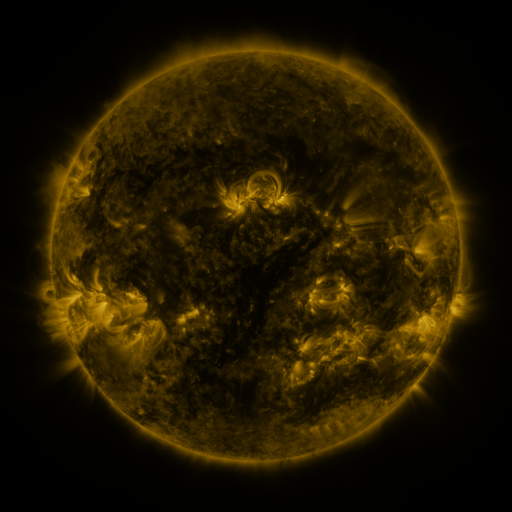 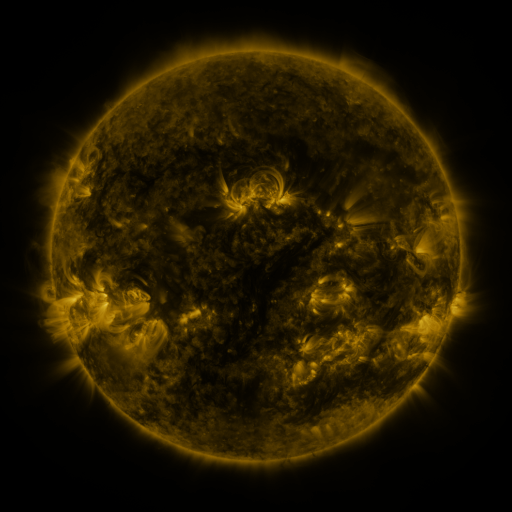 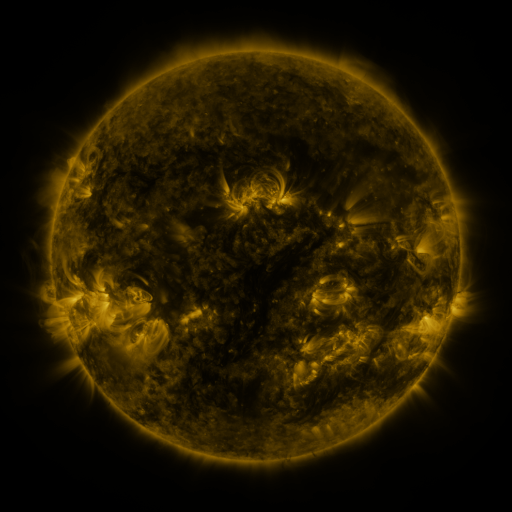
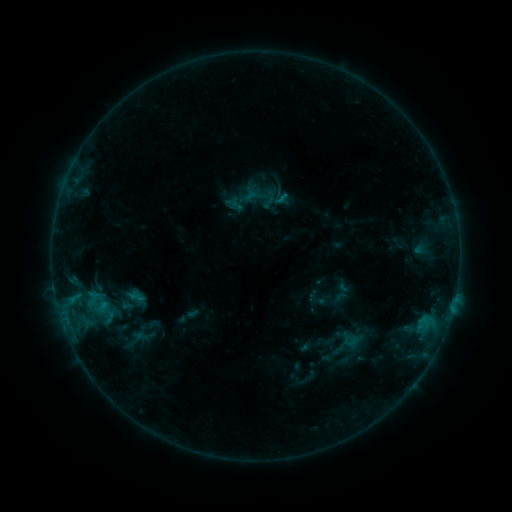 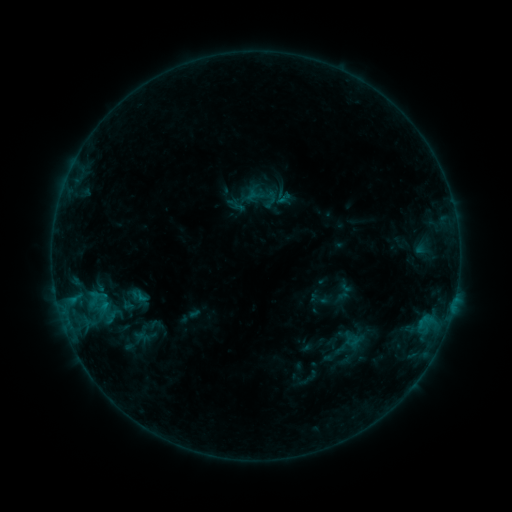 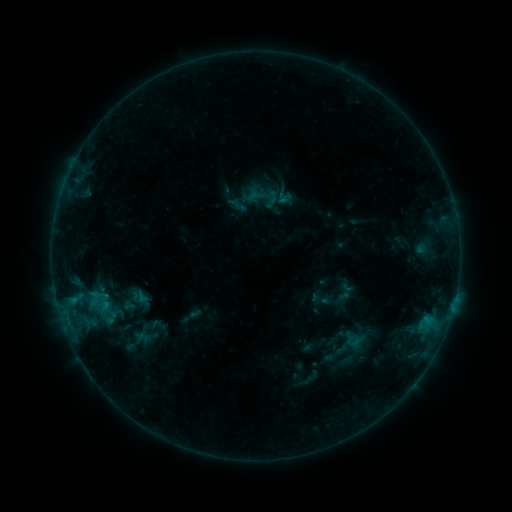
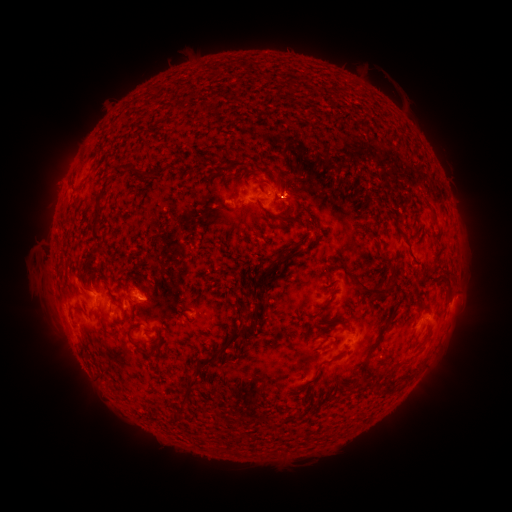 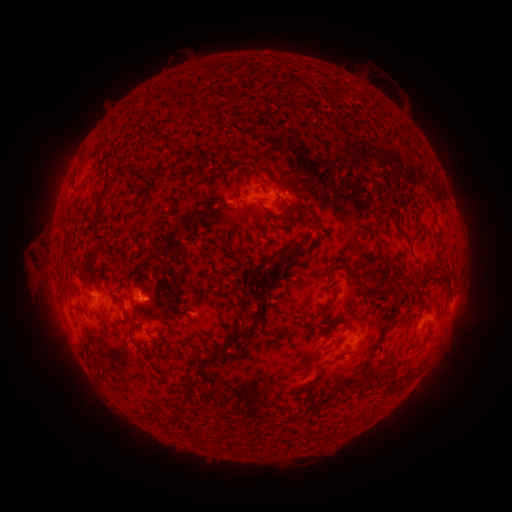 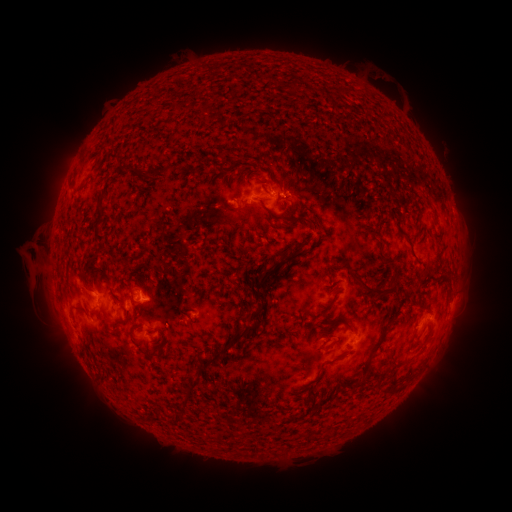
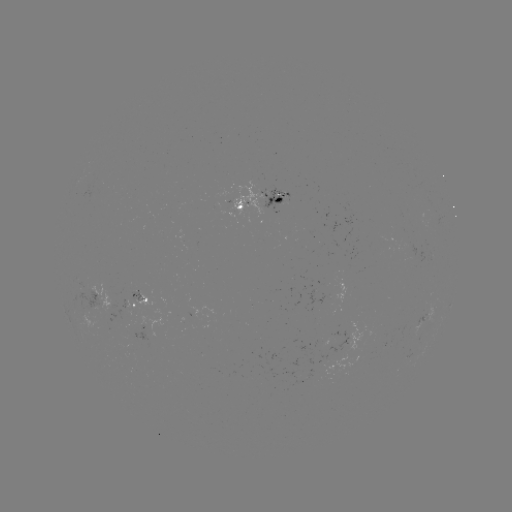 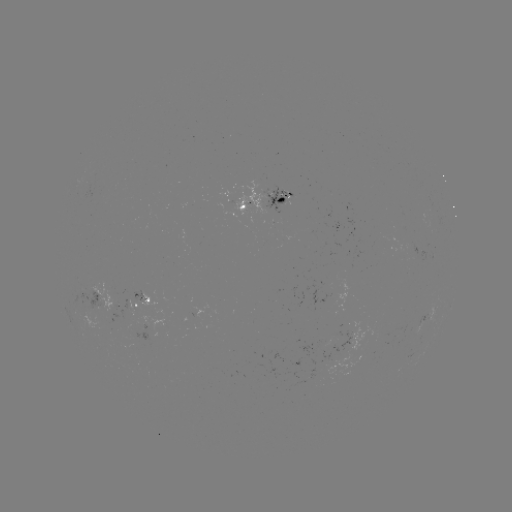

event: emerging-flux region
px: (134, 339)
